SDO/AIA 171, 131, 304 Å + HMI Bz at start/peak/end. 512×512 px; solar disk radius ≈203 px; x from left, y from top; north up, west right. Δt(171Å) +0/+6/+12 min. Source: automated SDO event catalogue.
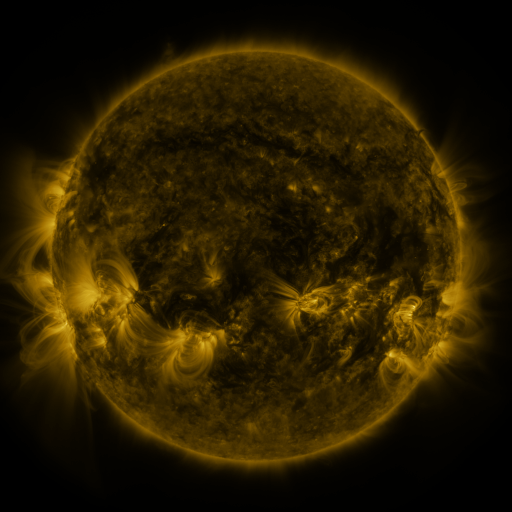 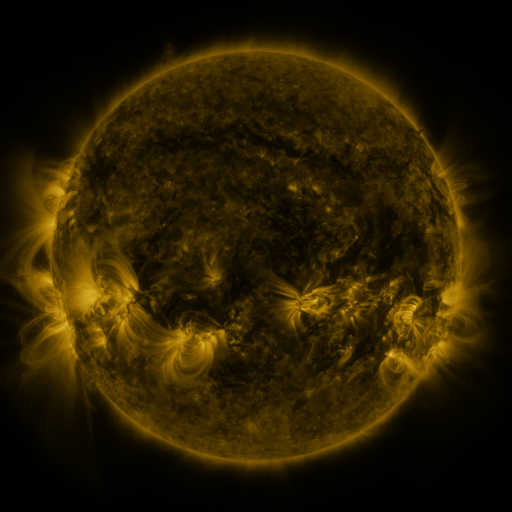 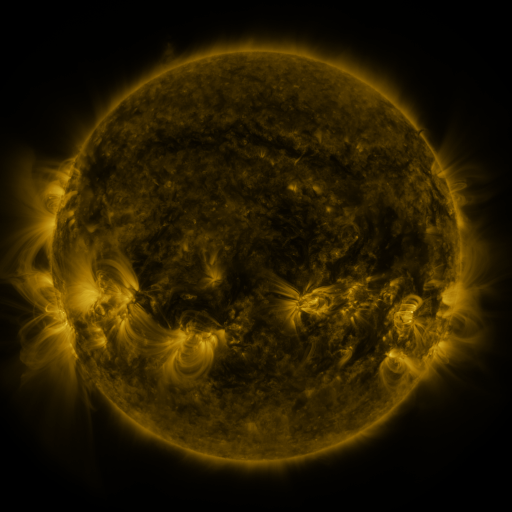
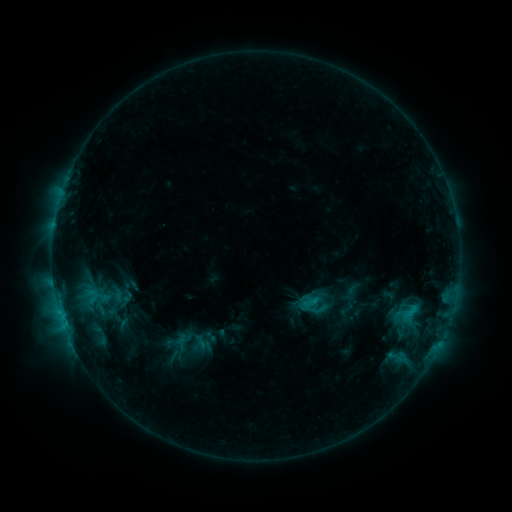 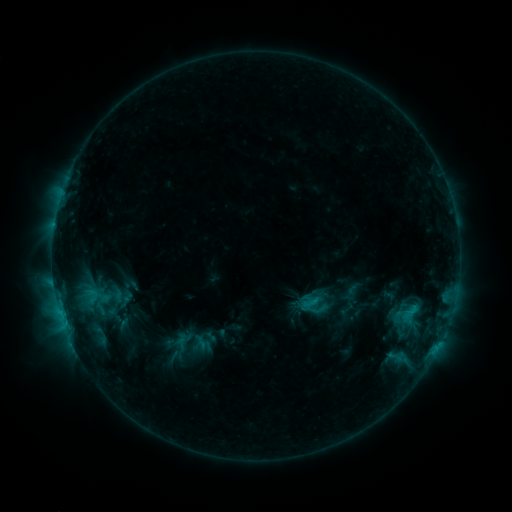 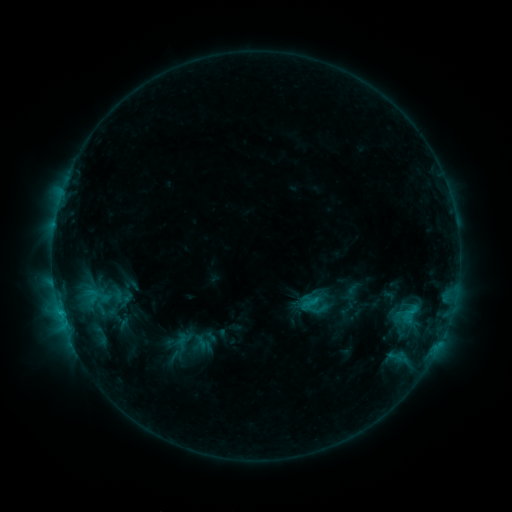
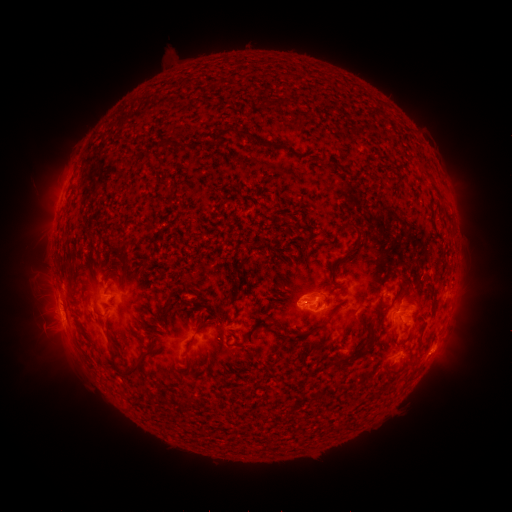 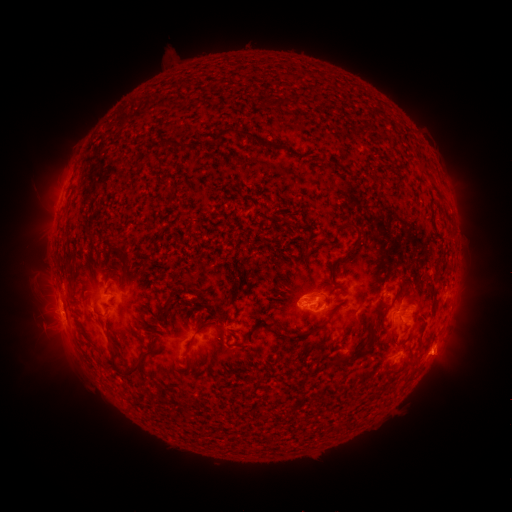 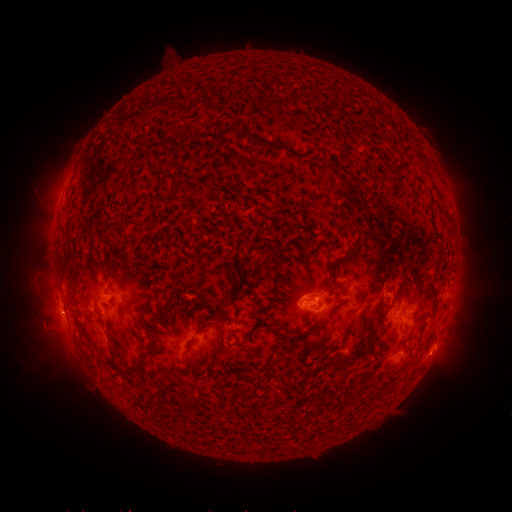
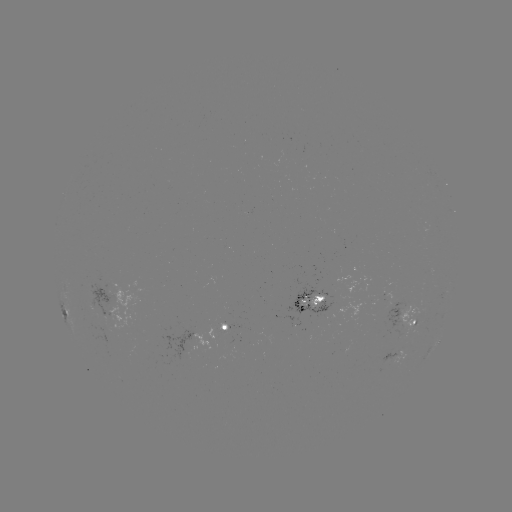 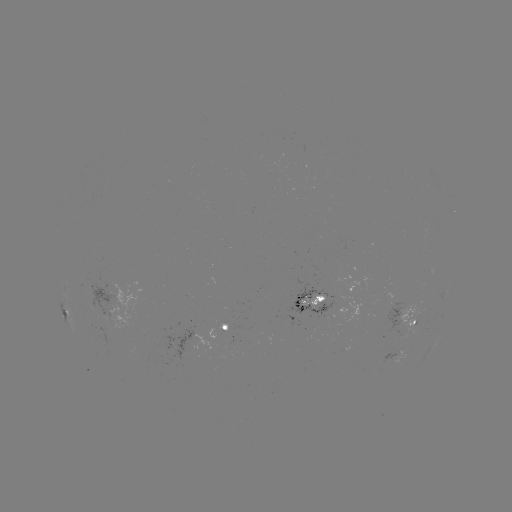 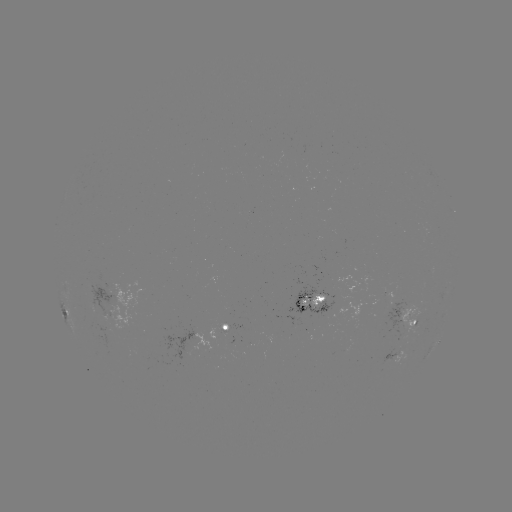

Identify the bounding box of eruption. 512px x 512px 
[415, 332, 470, 383].